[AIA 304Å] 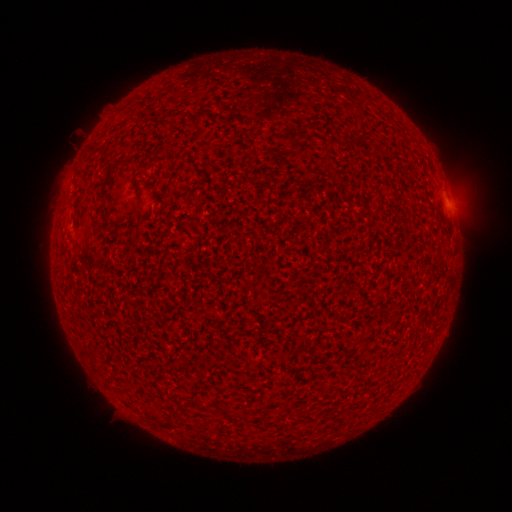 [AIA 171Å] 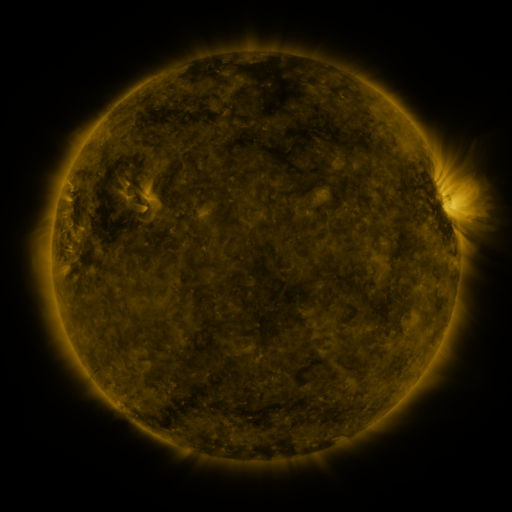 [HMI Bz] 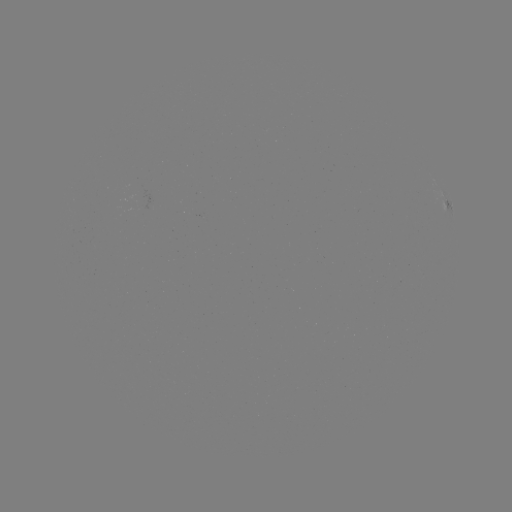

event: spotted active region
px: (448, 206)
